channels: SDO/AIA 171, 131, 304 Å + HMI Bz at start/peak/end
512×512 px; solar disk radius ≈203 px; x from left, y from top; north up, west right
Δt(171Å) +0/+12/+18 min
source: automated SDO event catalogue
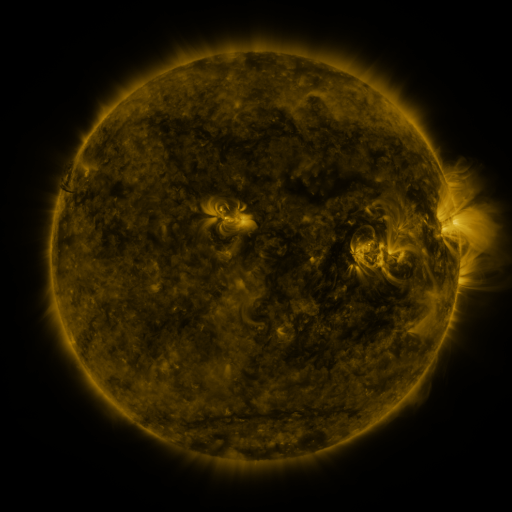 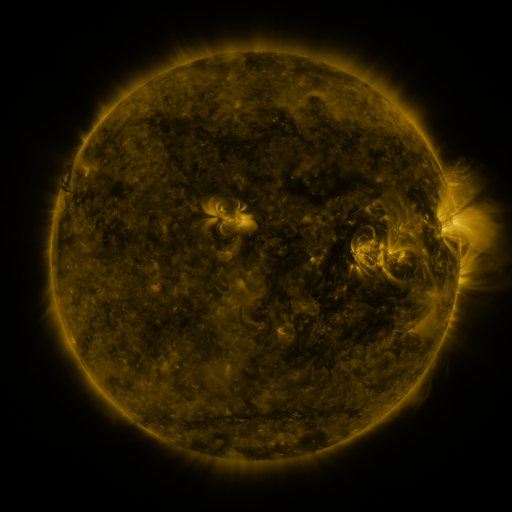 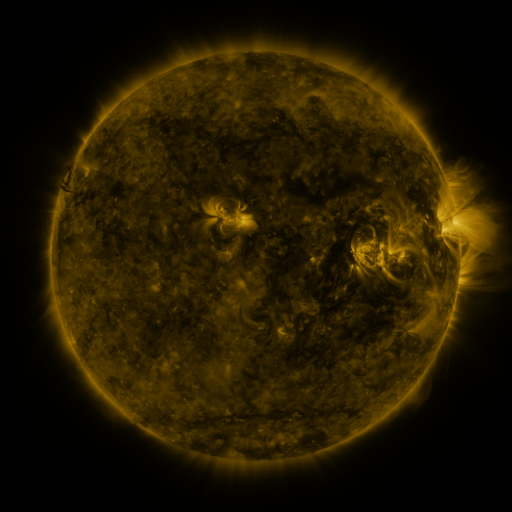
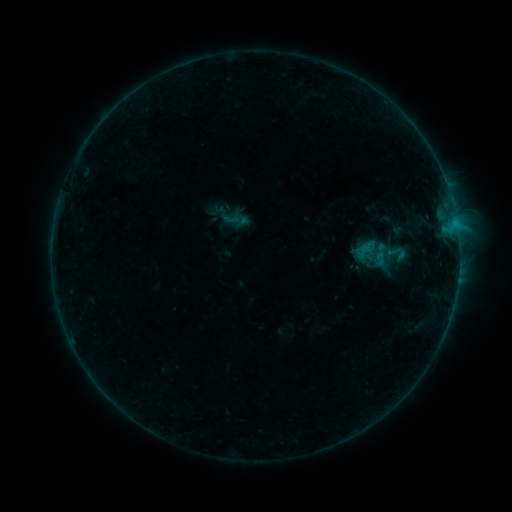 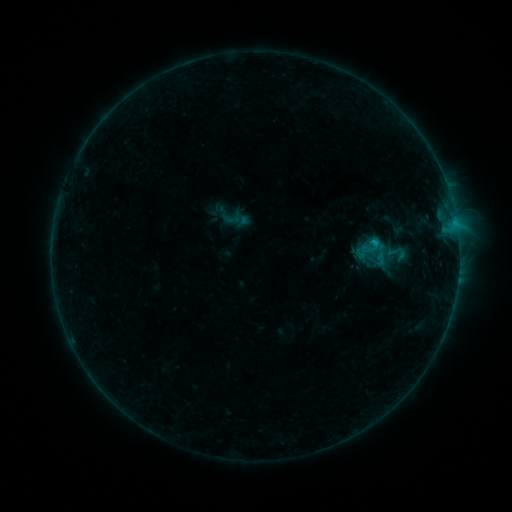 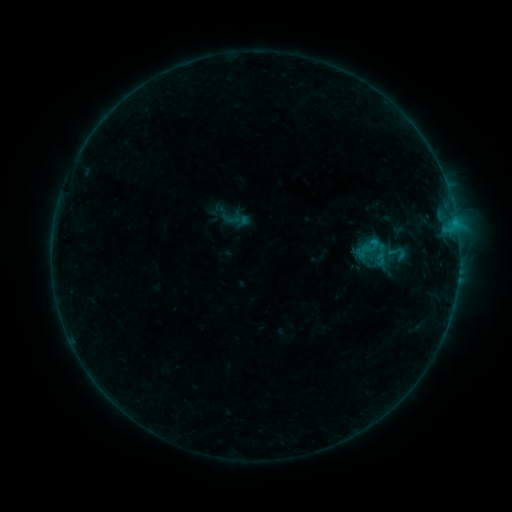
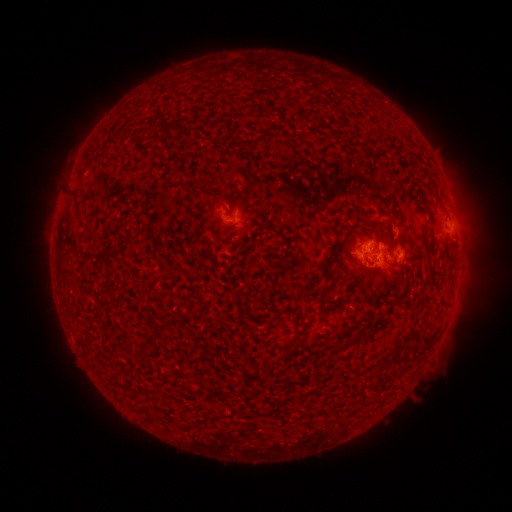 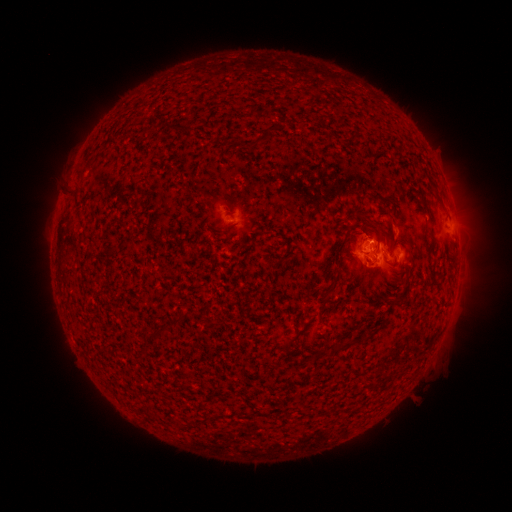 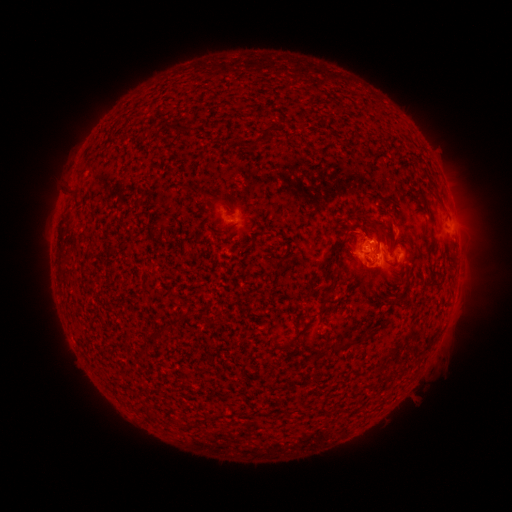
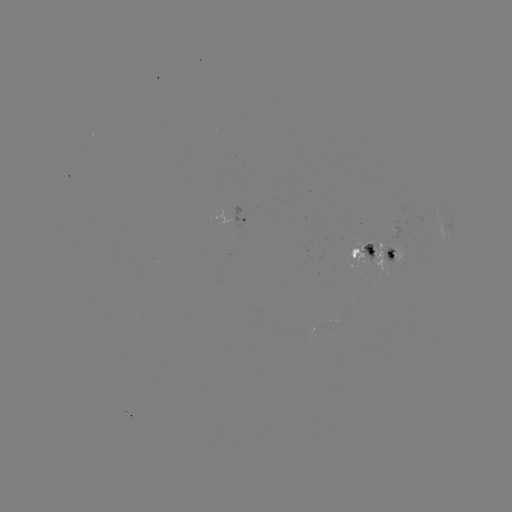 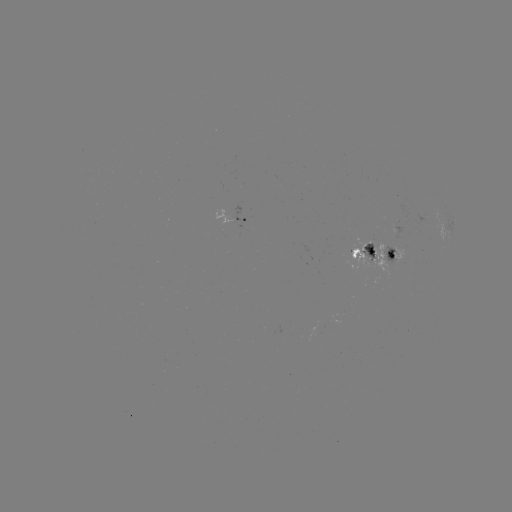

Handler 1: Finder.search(B6.6 flare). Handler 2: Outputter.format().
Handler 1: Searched B6.6 flare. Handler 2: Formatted (372, 245).